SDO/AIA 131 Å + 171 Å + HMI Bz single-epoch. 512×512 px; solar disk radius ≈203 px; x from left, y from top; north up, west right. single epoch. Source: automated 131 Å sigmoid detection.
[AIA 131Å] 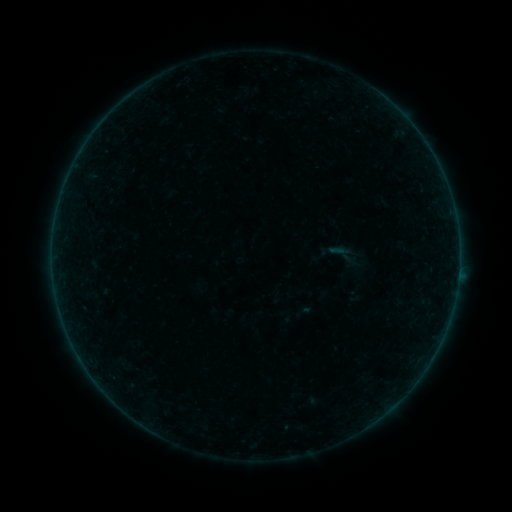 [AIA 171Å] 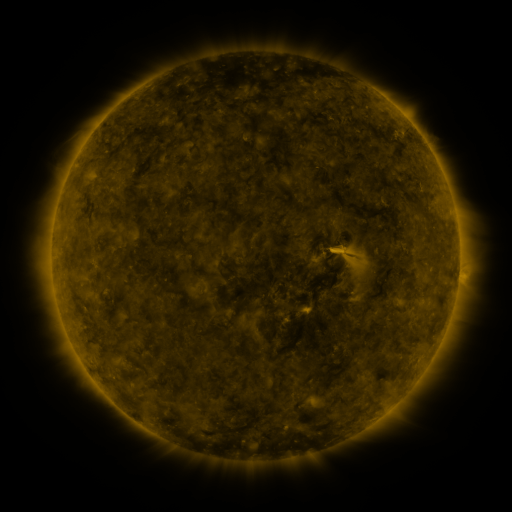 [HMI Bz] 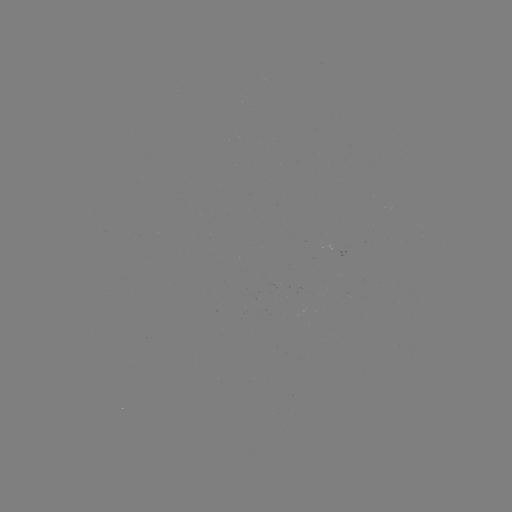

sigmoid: [326, 237, 364, 273]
